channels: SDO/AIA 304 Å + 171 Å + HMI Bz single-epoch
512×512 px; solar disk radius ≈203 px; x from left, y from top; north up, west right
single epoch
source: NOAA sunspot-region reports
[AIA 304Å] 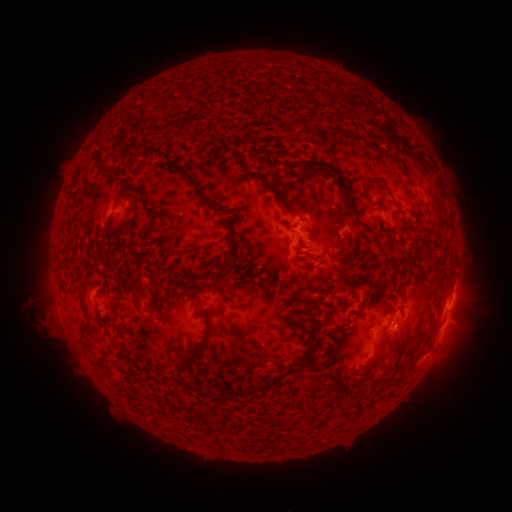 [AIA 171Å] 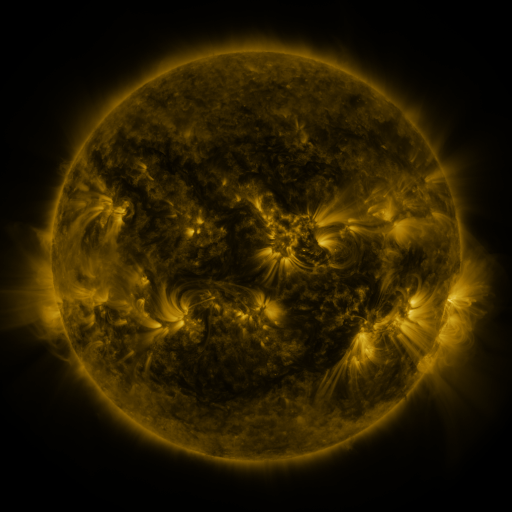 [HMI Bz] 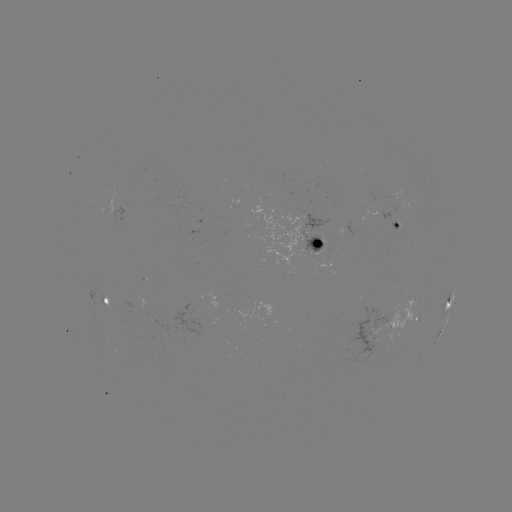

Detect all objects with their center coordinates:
spotted active region: (399, 219)
spotted active region: (312, 245)
spotted active region: (106, 296)
spotted active region: (449, 303)
spotted active region: (415, 319)
spotted active region: (383, 324)
spotted active region: (442, 330)
